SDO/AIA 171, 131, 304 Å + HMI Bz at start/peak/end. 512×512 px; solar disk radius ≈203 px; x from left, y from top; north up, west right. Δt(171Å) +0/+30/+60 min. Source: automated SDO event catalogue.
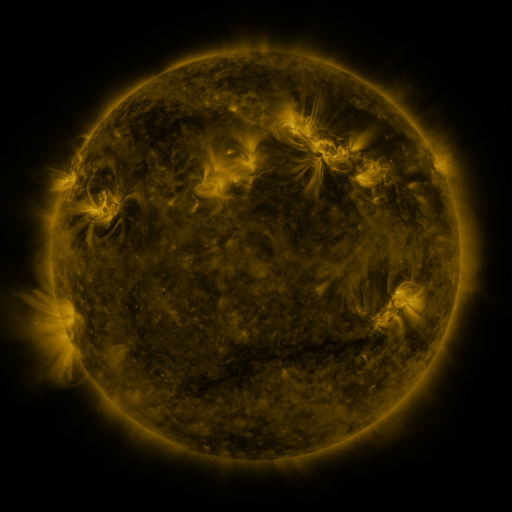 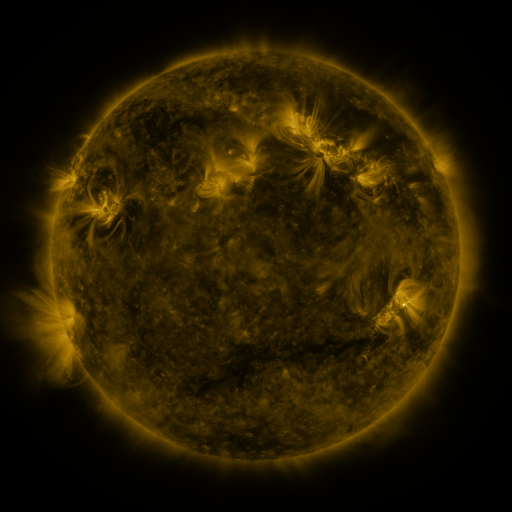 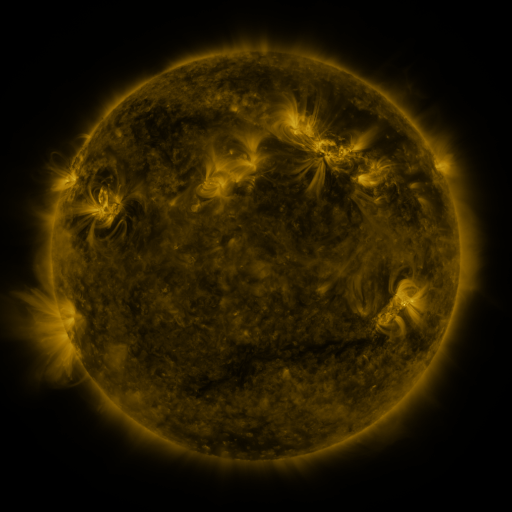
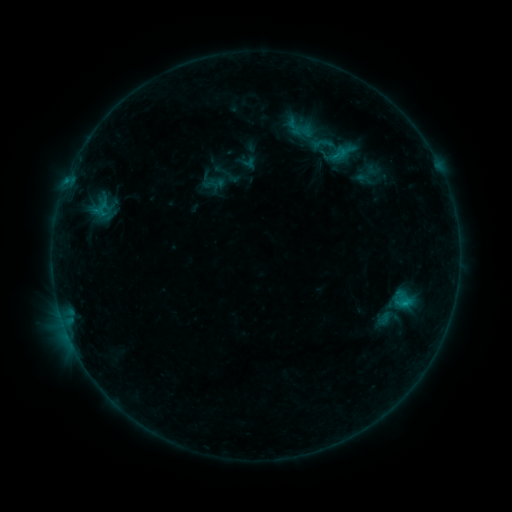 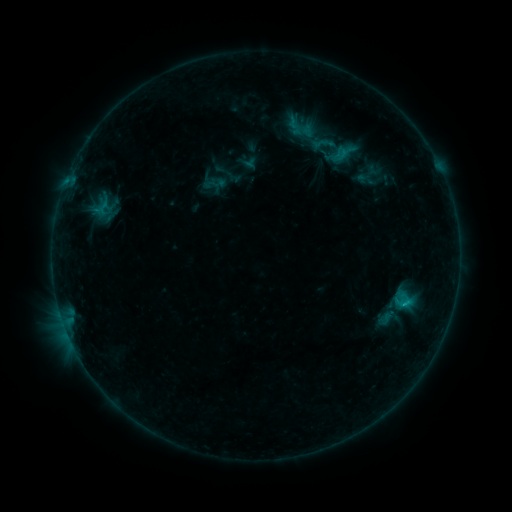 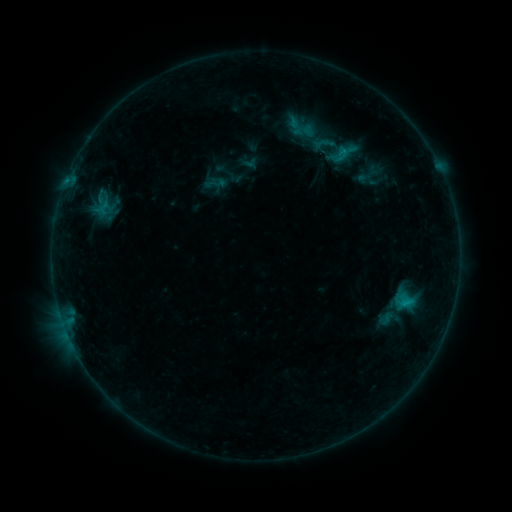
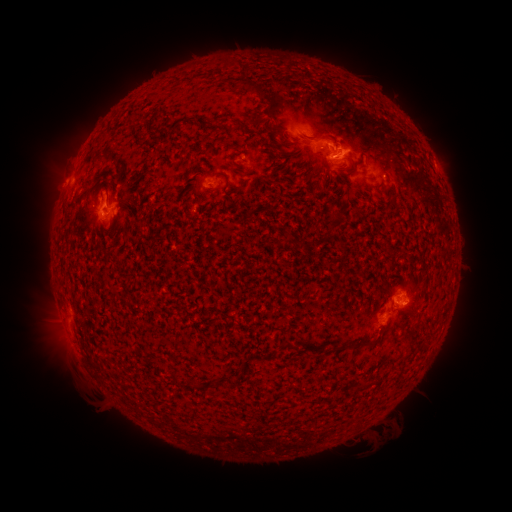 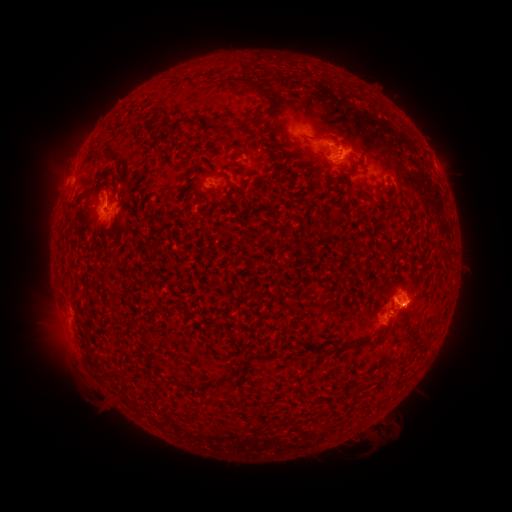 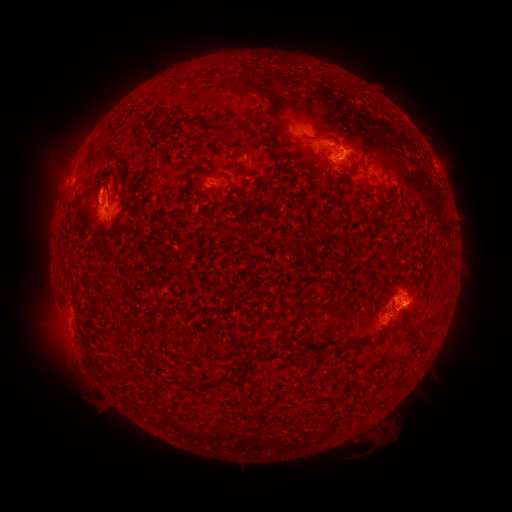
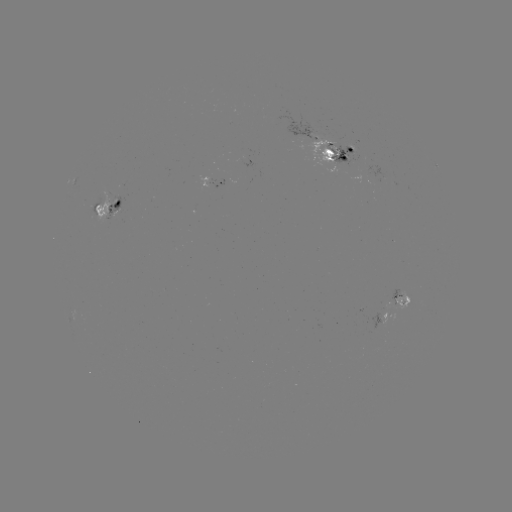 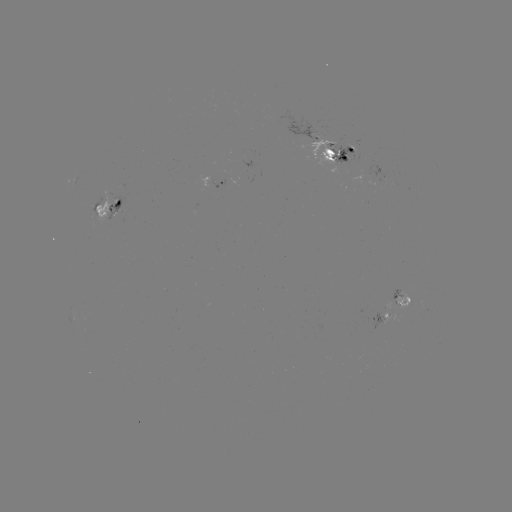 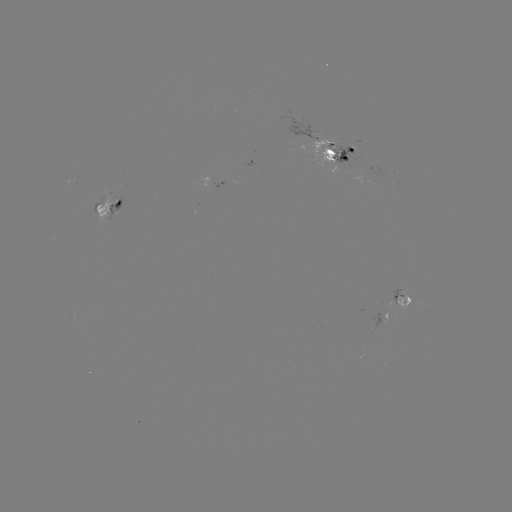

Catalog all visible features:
emerging-flux region: (315, 144)
